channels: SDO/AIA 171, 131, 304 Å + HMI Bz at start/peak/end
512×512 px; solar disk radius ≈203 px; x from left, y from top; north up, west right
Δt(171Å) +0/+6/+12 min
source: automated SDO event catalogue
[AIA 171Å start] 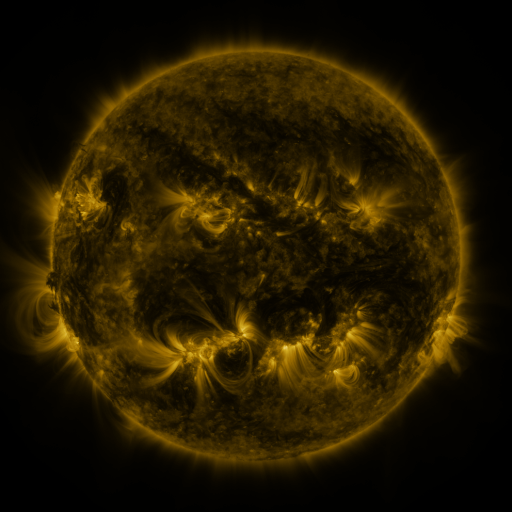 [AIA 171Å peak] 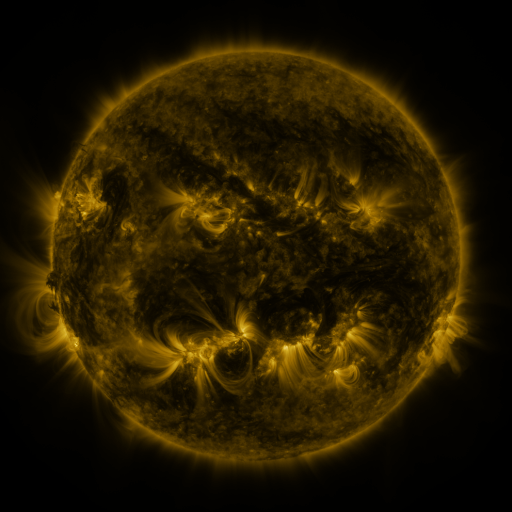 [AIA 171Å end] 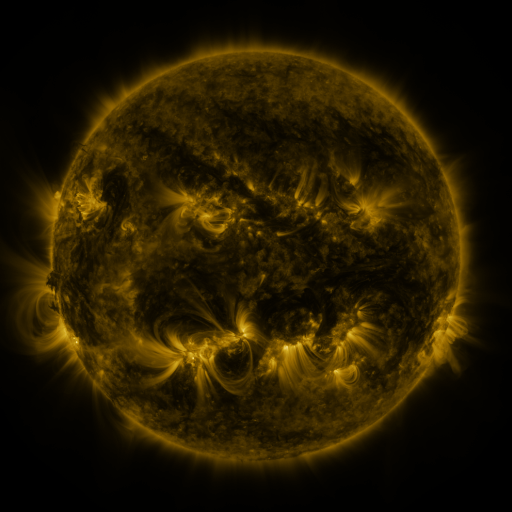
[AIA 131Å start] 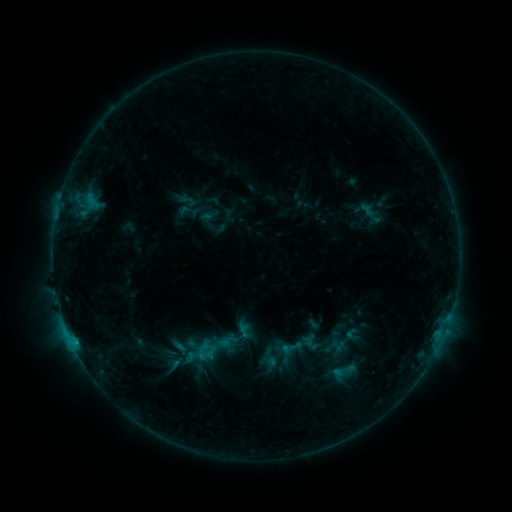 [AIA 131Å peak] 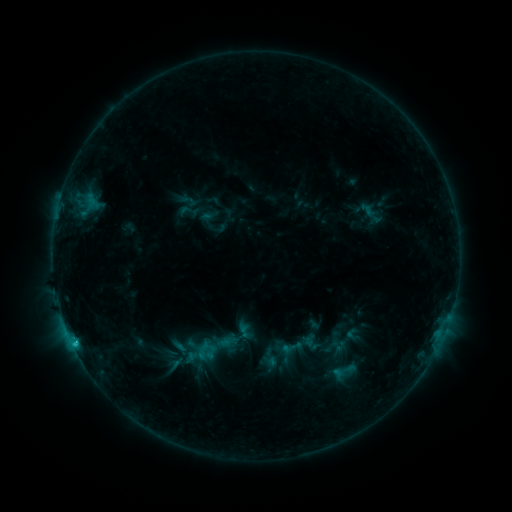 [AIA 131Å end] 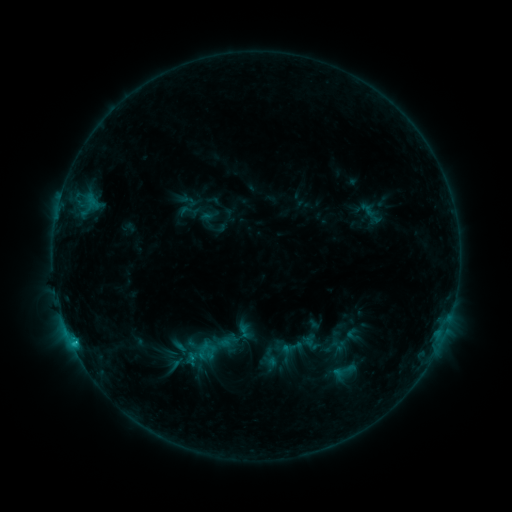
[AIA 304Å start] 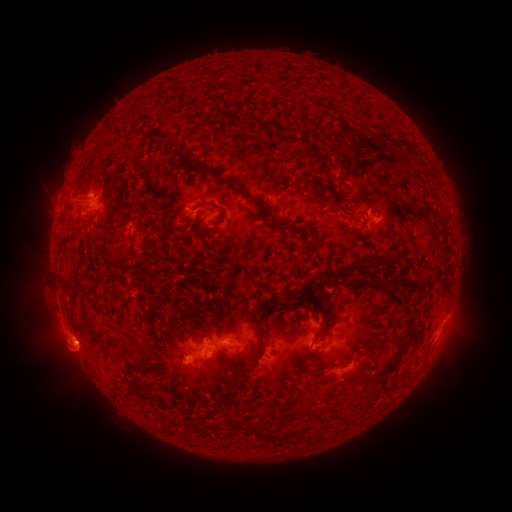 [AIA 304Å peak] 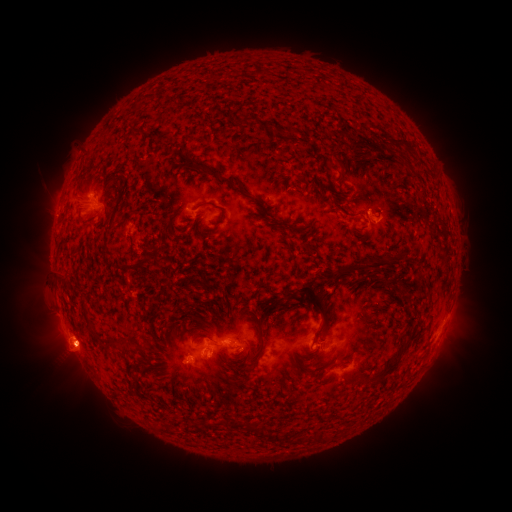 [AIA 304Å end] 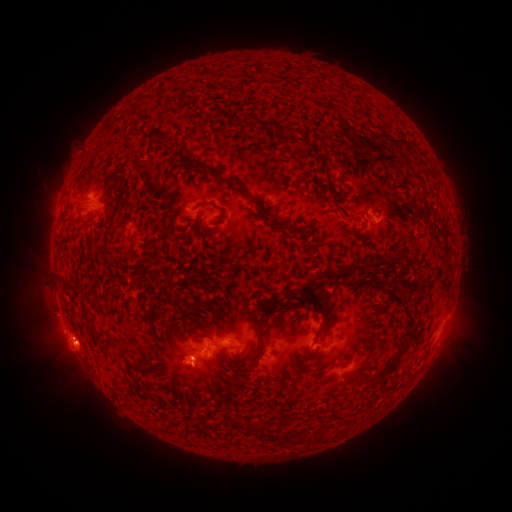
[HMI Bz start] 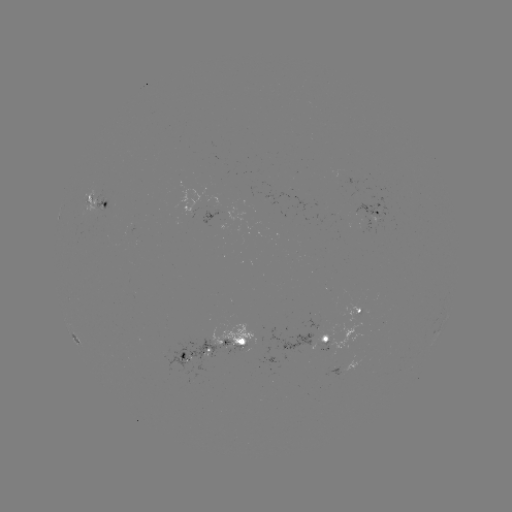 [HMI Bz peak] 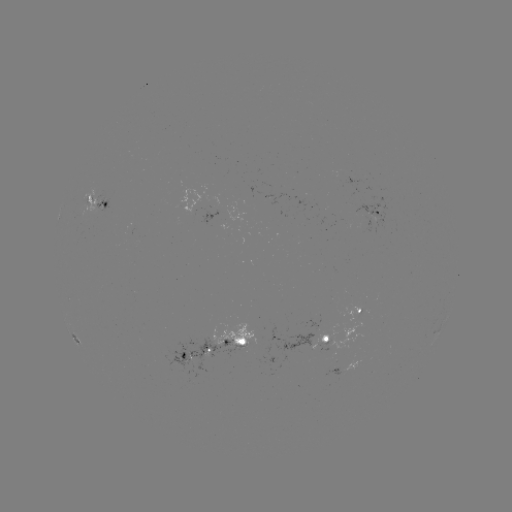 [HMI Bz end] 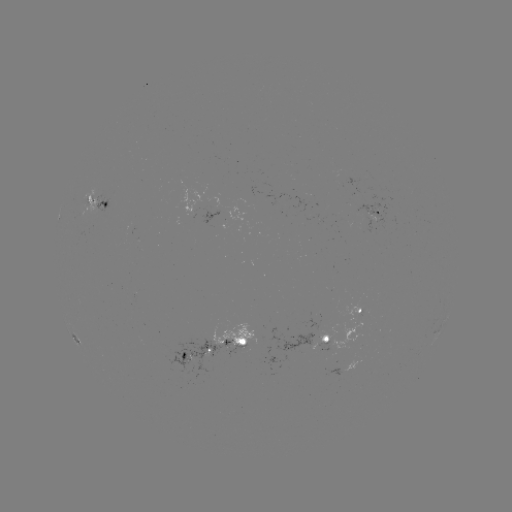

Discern C1.3 flare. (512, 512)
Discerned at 74,342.